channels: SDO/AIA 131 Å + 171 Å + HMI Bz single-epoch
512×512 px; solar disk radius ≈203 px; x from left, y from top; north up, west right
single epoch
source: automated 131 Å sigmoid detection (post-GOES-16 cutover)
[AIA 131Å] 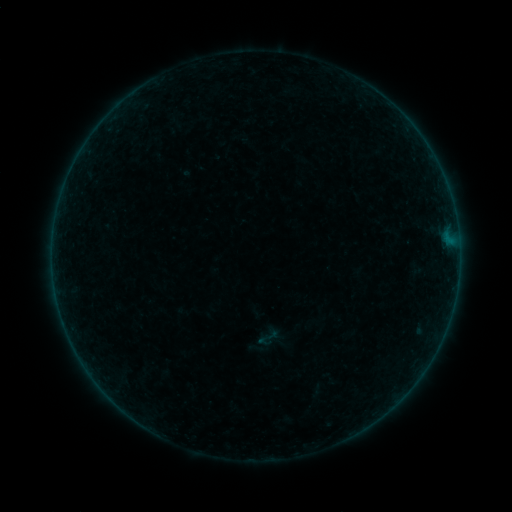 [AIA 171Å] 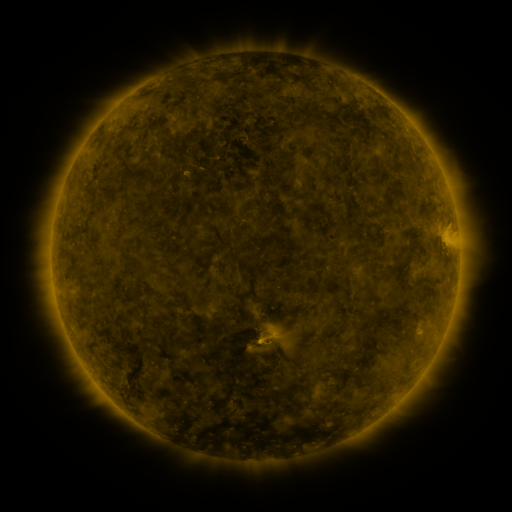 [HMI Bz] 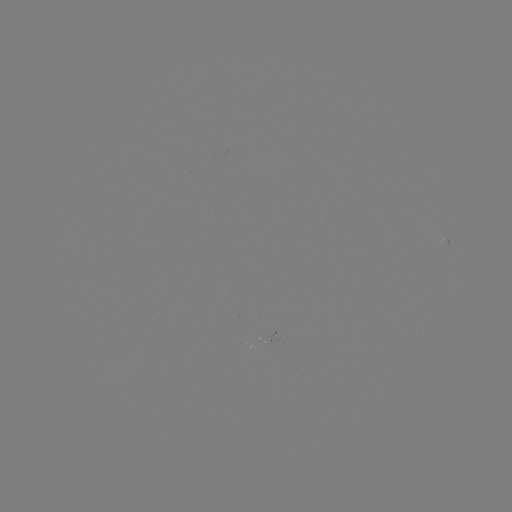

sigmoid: [256, 326, 280, 349]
